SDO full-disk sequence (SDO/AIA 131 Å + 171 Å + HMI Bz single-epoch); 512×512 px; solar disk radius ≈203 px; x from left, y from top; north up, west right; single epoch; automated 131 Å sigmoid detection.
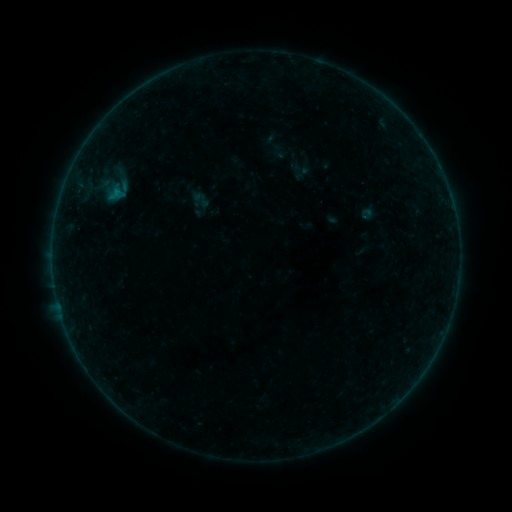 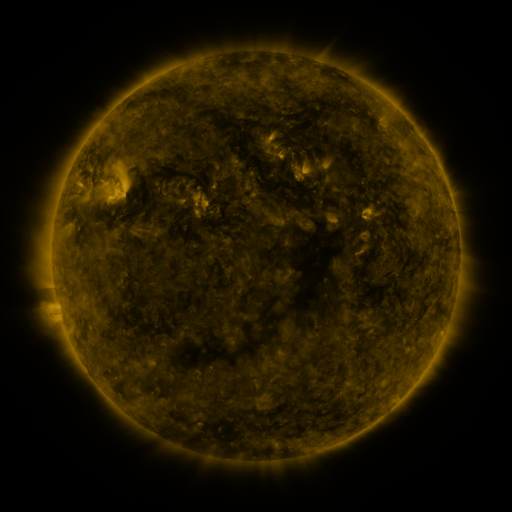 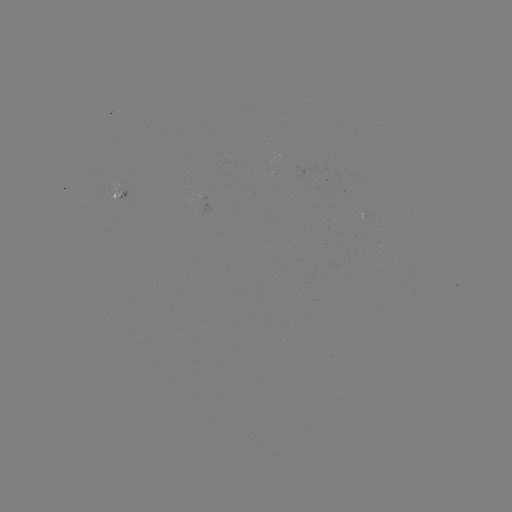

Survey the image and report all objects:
sigmoid: <bbox>191, 190, 211, 210</bbox>
